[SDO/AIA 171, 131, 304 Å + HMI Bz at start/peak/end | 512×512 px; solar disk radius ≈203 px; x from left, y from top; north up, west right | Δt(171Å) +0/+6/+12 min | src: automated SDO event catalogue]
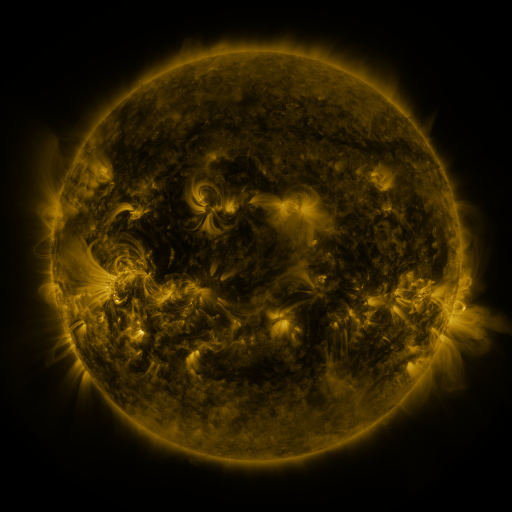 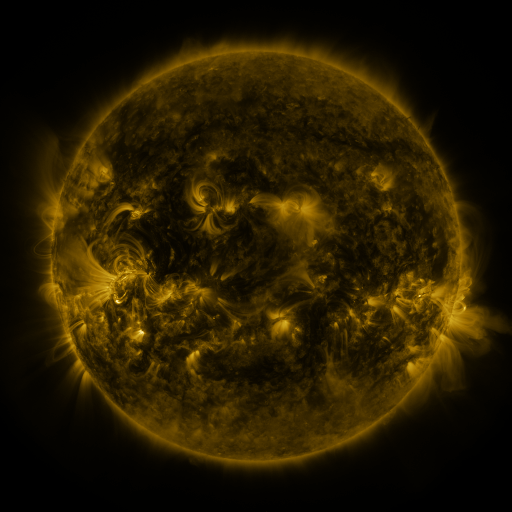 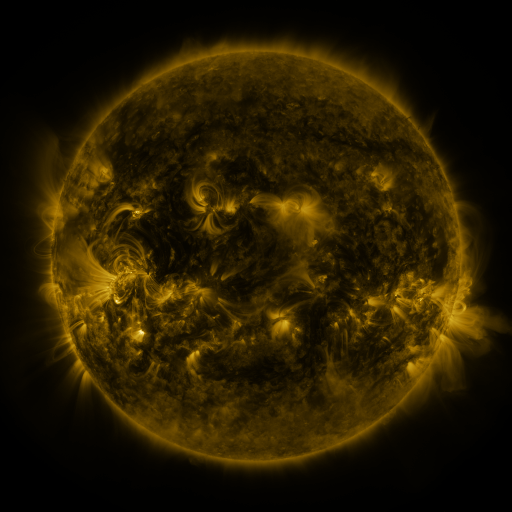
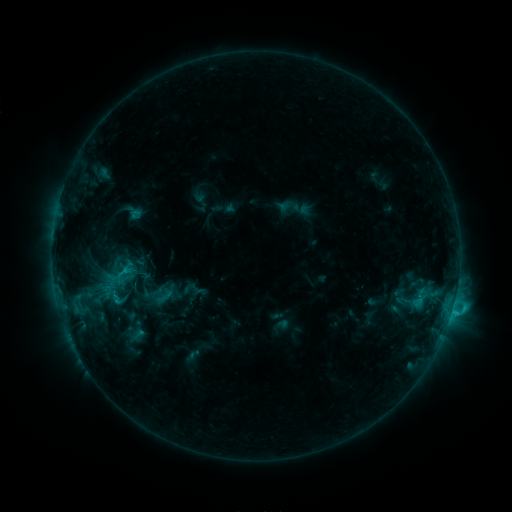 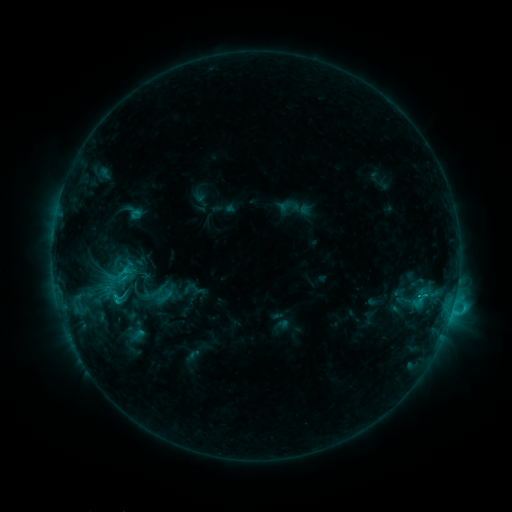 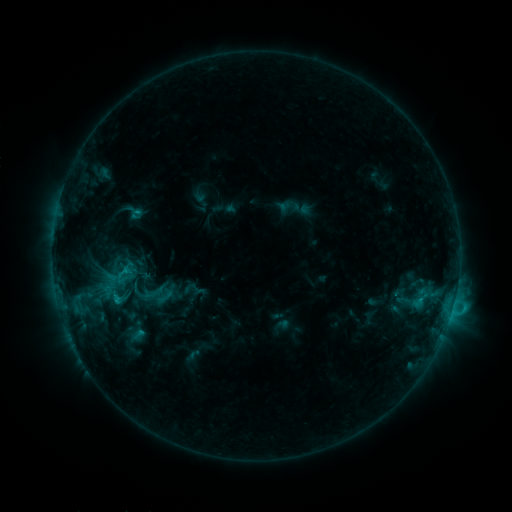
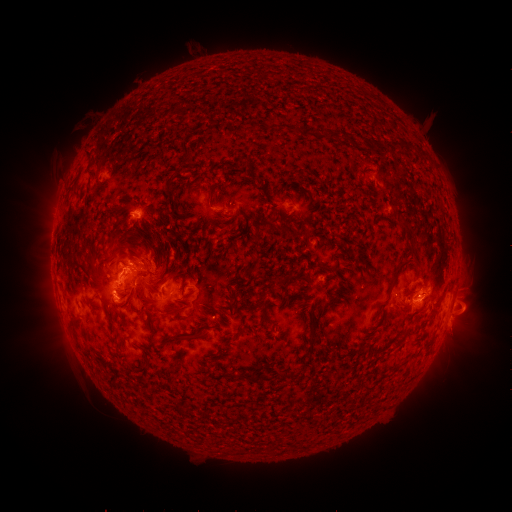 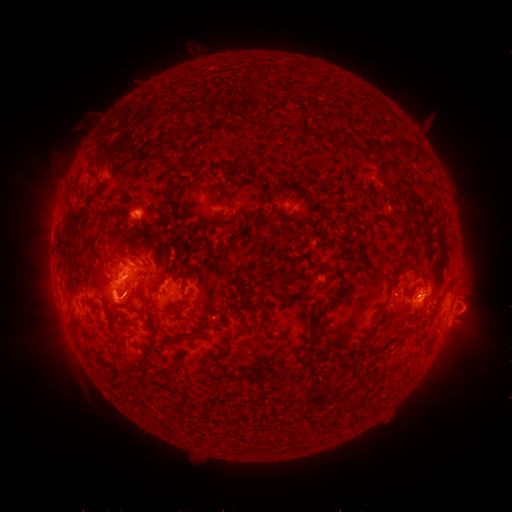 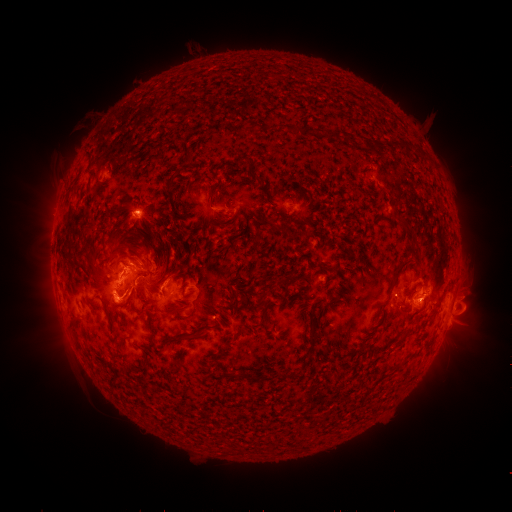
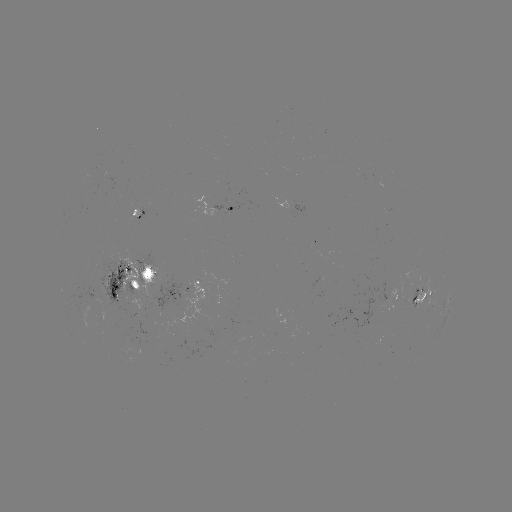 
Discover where eruption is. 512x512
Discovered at (133, 301).